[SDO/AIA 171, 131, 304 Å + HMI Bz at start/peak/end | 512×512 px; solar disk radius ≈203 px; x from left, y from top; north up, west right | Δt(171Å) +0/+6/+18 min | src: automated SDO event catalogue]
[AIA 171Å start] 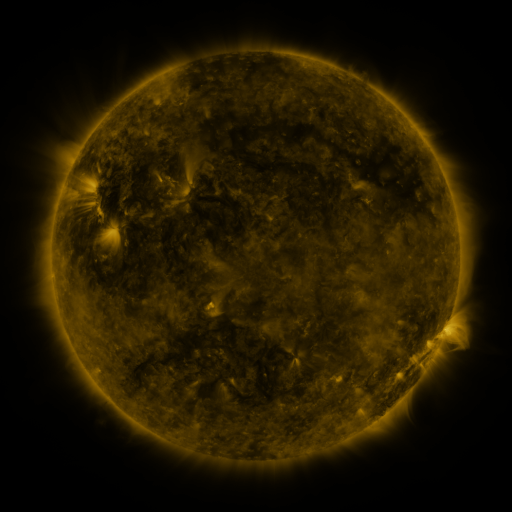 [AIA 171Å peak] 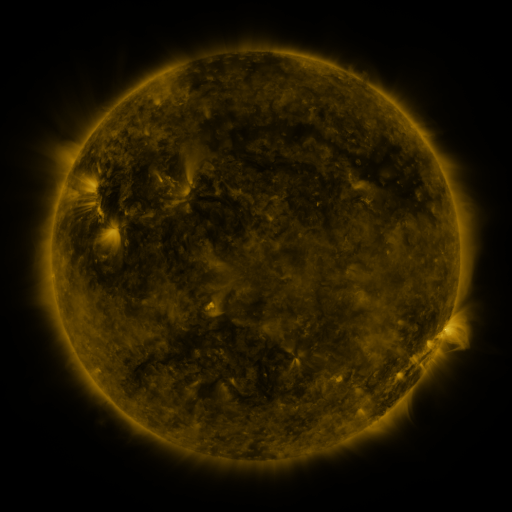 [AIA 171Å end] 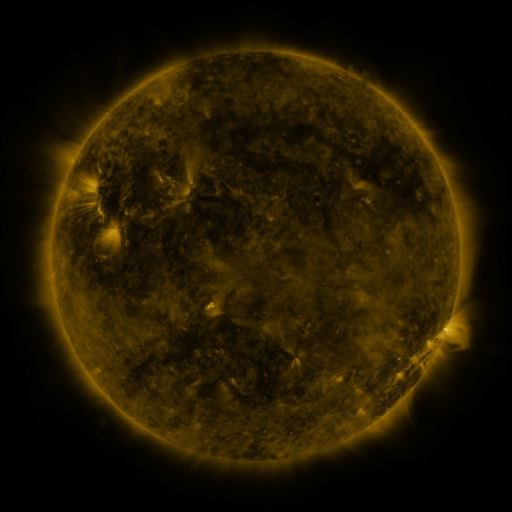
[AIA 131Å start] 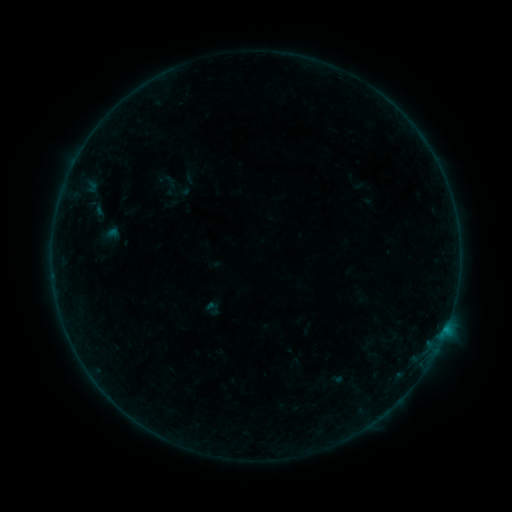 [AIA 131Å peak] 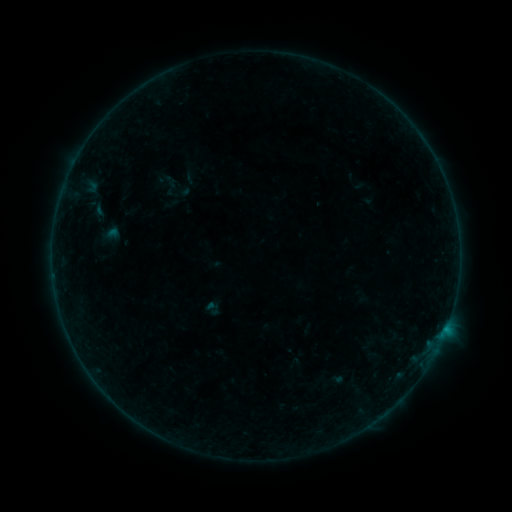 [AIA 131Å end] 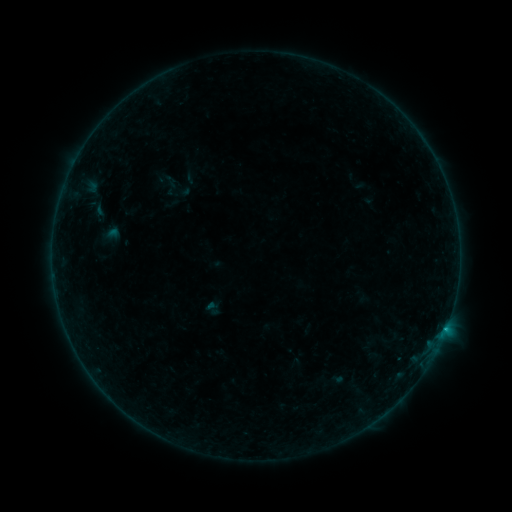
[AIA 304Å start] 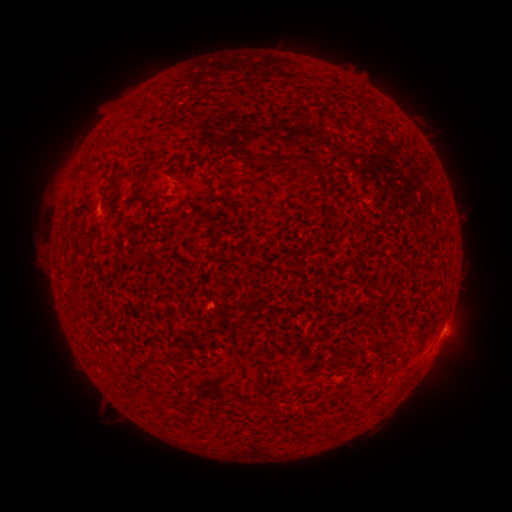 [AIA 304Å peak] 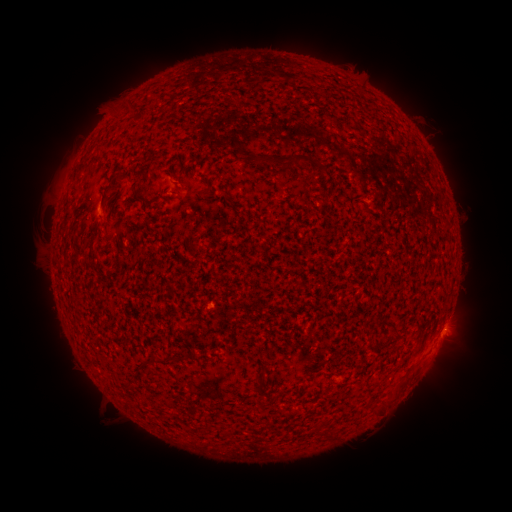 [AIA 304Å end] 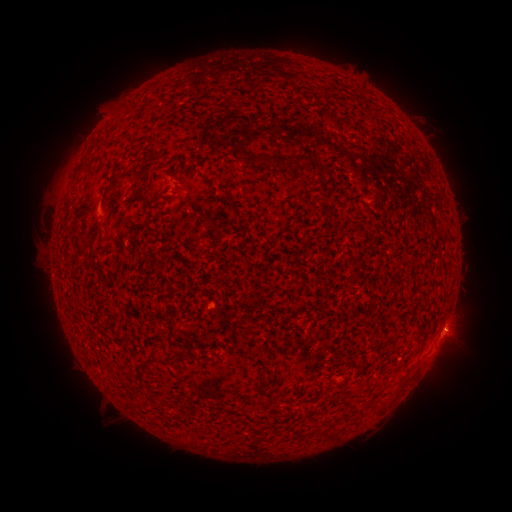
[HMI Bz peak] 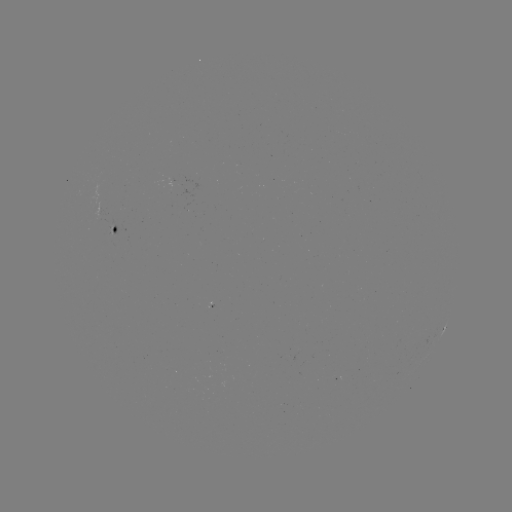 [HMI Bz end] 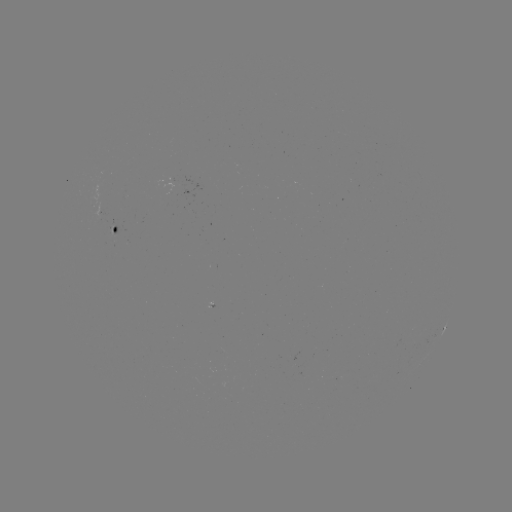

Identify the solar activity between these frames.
B4.7 flare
